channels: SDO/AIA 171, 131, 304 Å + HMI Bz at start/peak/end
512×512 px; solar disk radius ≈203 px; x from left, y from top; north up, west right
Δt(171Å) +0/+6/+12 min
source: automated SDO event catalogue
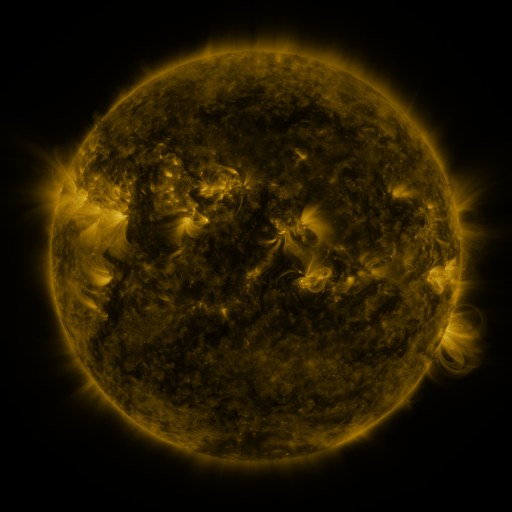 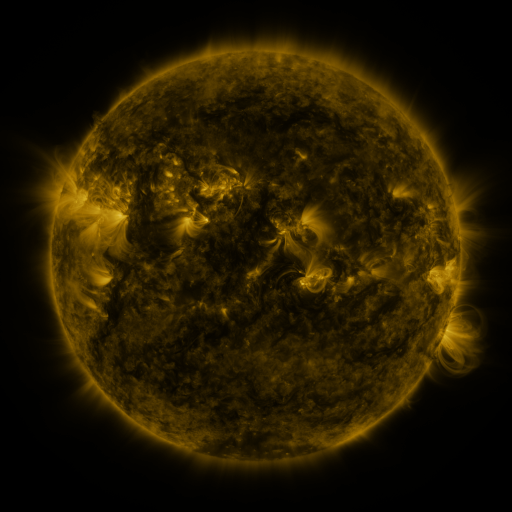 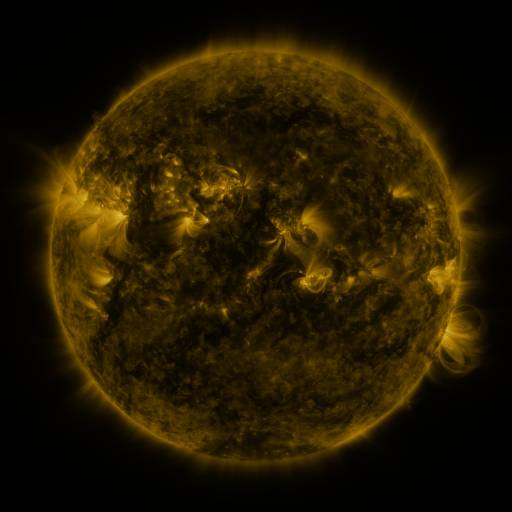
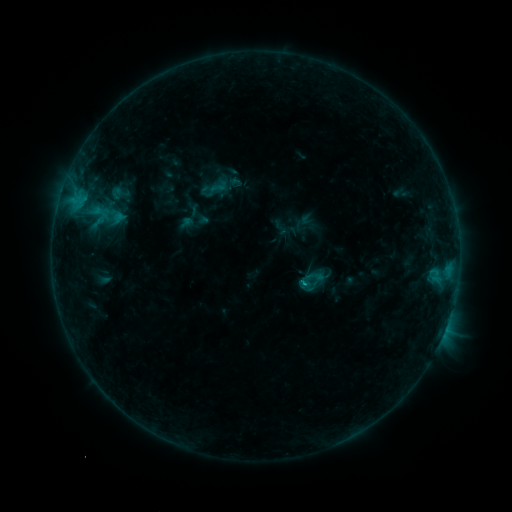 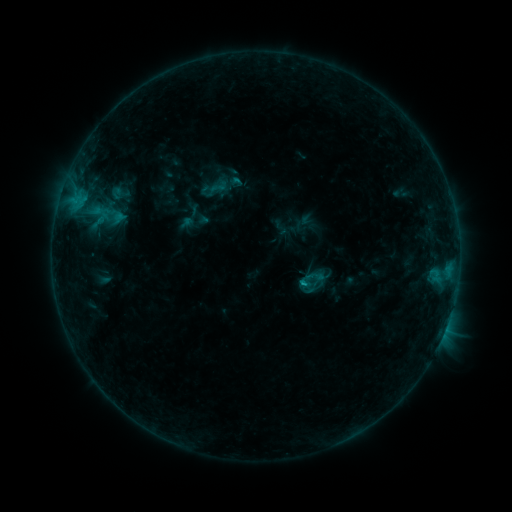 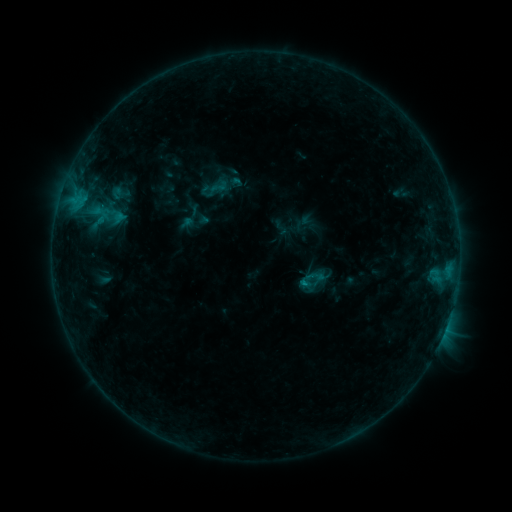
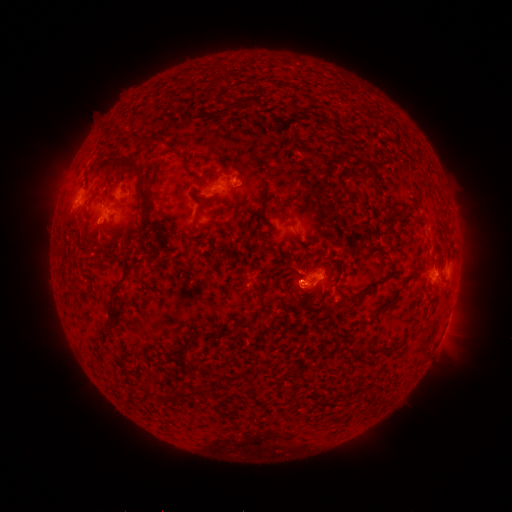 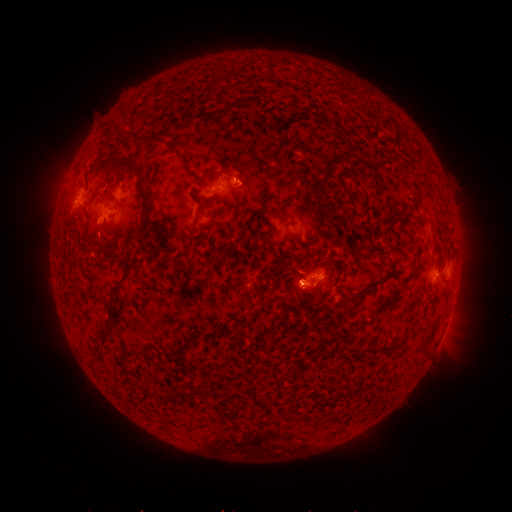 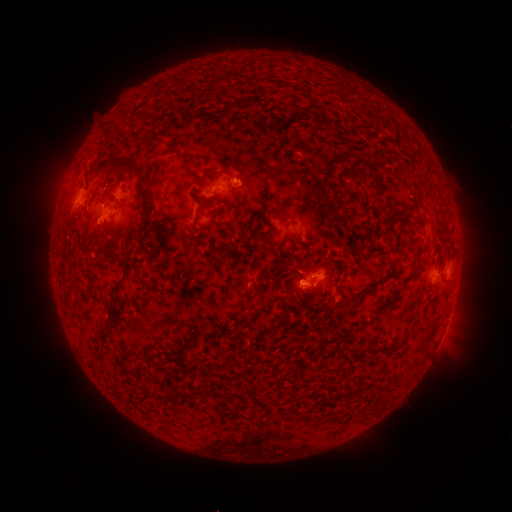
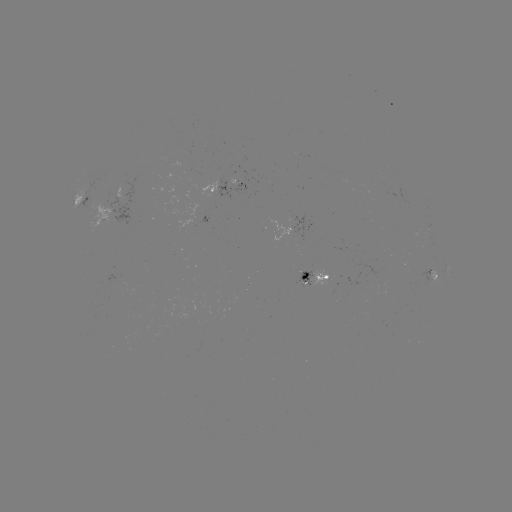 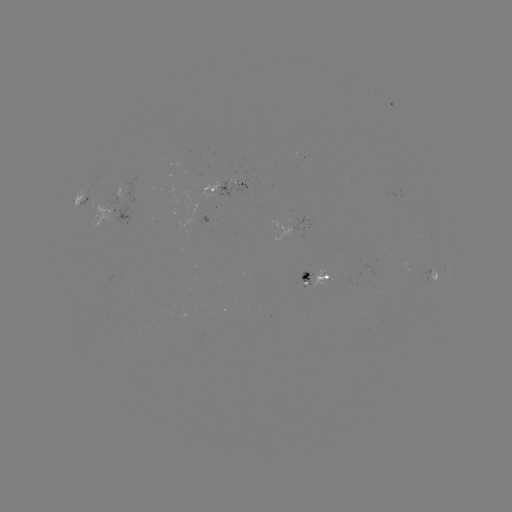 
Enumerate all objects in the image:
B8.2 flare: (304, 280)
